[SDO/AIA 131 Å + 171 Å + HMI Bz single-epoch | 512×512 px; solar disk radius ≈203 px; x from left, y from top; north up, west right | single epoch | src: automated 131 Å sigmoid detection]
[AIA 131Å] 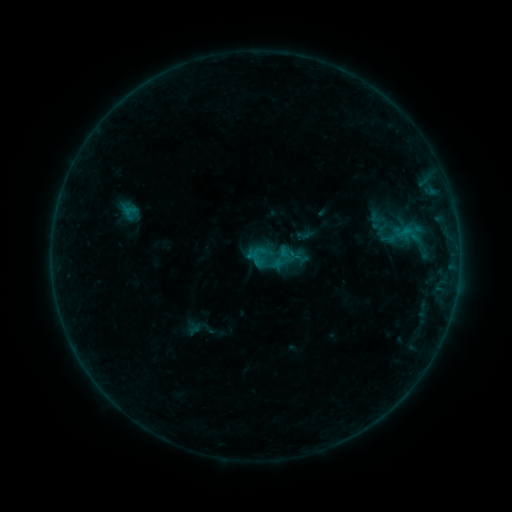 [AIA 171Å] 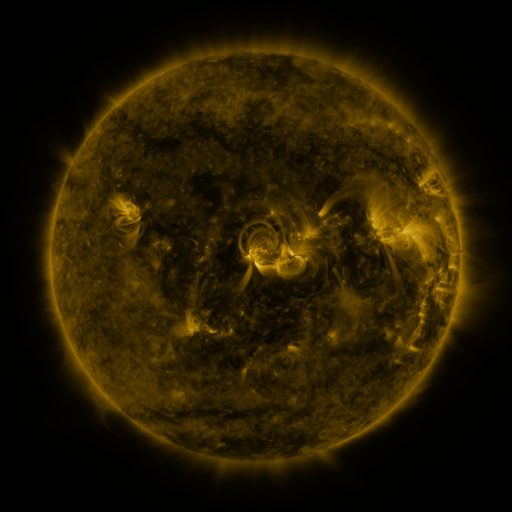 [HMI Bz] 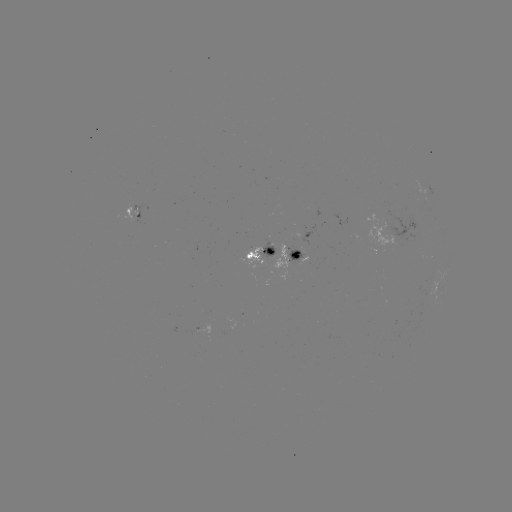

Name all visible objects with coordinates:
sigmoid: (245, 230, 298, 282)
